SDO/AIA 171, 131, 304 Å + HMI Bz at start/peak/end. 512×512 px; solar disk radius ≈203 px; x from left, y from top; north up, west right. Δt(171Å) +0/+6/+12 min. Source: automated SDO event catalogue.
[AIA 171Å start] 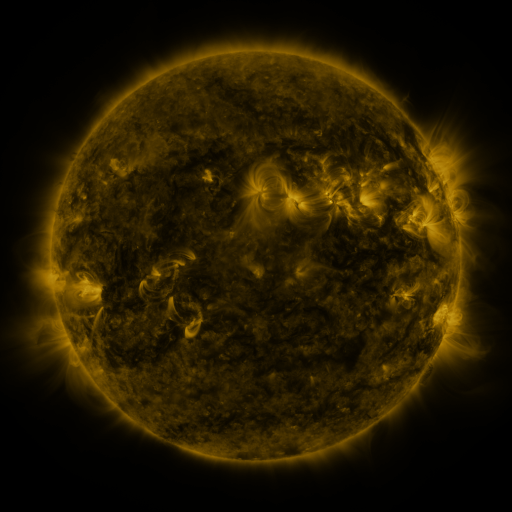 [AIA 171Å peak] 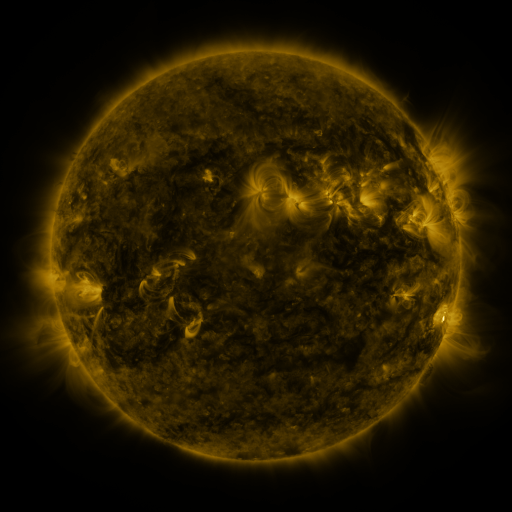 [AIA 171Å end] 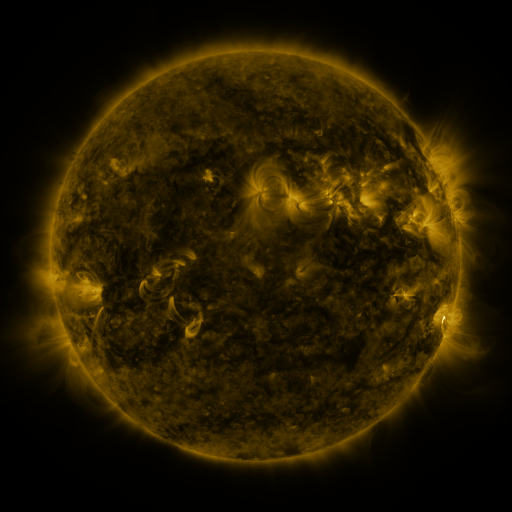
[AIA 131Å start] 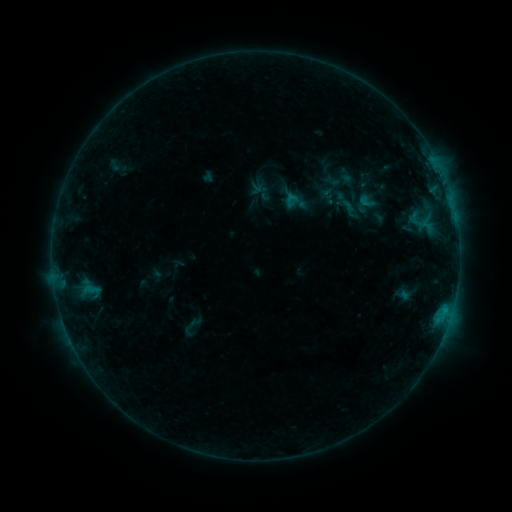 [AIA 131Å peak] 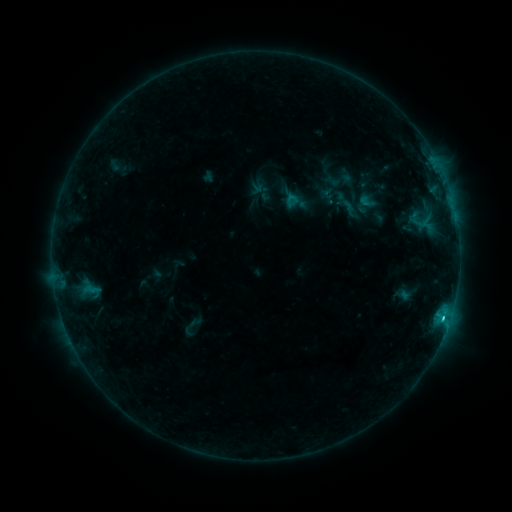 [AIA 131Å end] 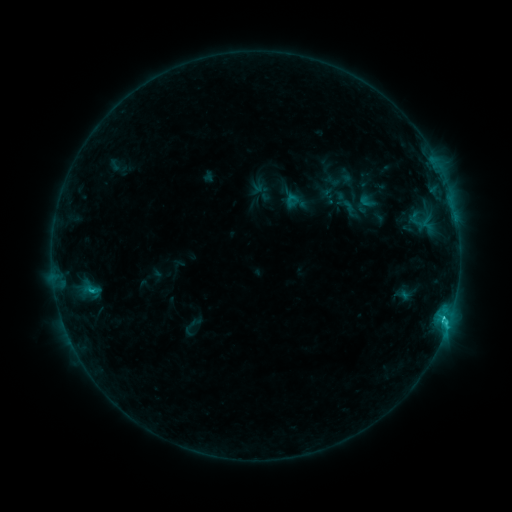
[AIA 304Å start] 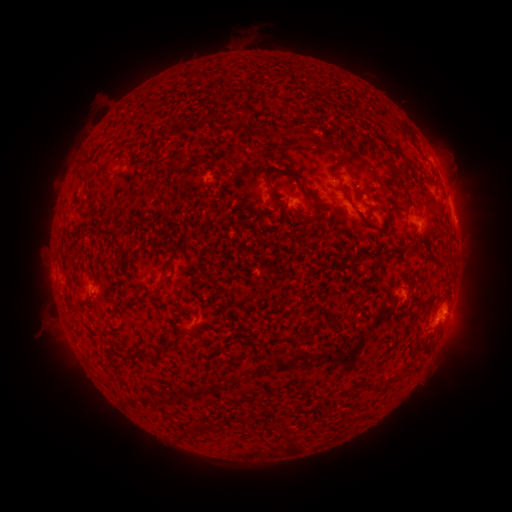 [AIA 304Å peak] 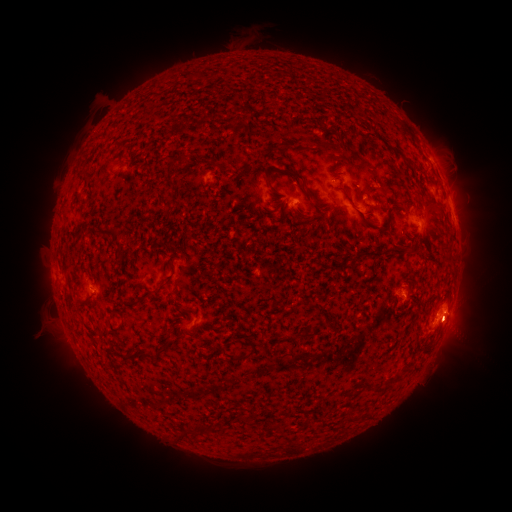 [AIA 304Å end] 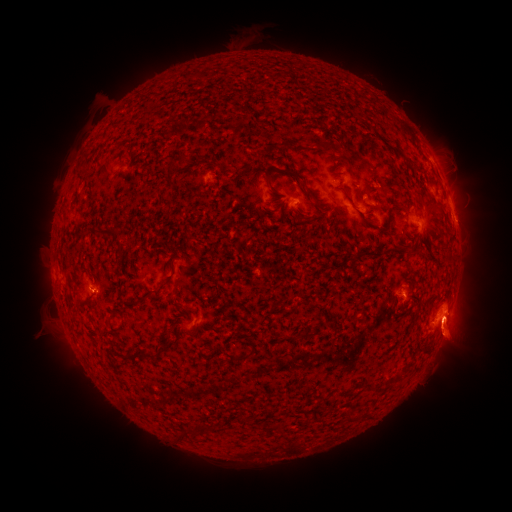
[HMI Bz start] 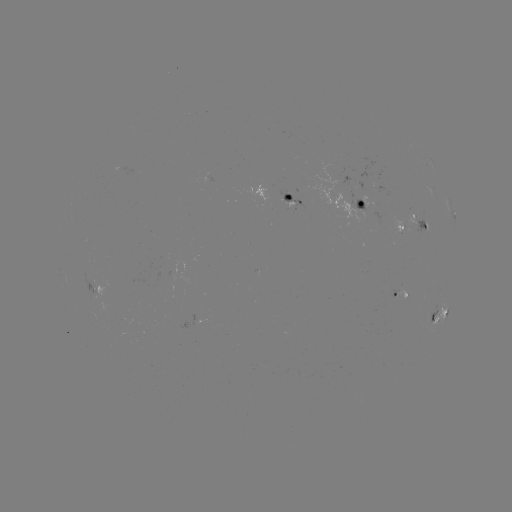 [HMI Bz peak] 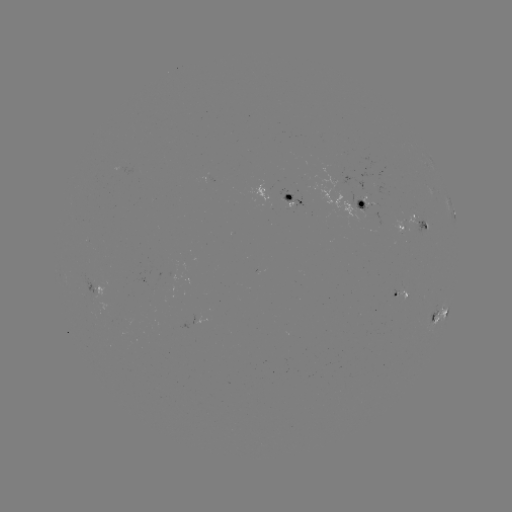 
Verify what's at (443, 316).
C2.8 flare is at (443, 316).